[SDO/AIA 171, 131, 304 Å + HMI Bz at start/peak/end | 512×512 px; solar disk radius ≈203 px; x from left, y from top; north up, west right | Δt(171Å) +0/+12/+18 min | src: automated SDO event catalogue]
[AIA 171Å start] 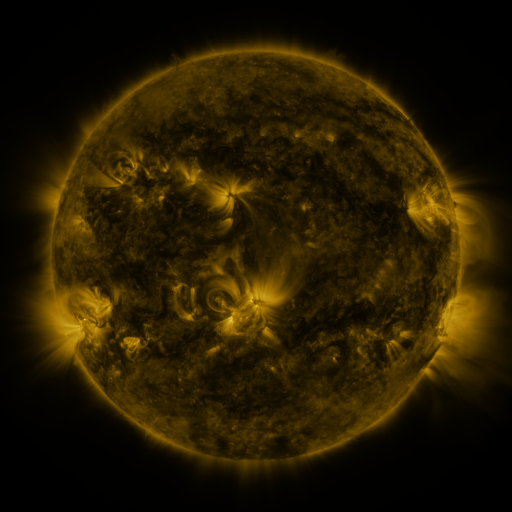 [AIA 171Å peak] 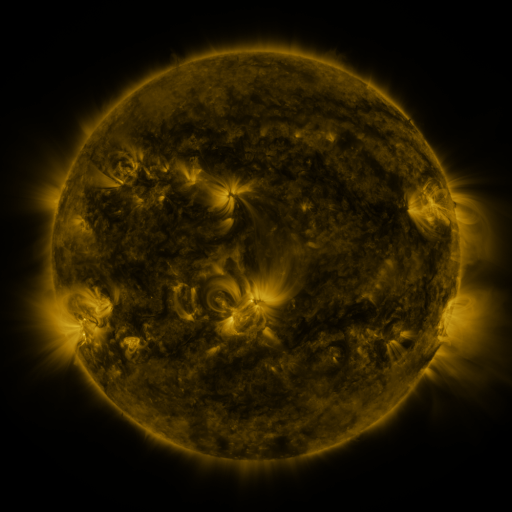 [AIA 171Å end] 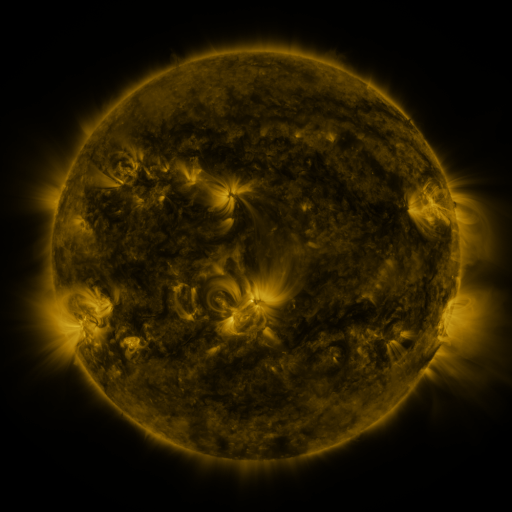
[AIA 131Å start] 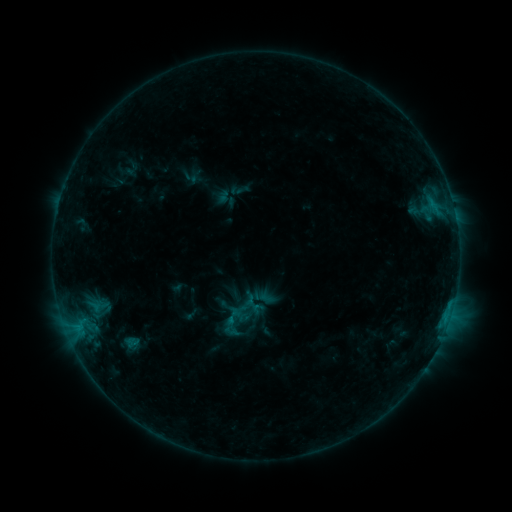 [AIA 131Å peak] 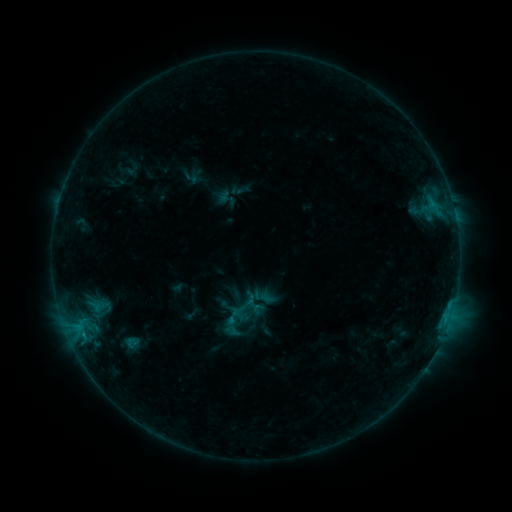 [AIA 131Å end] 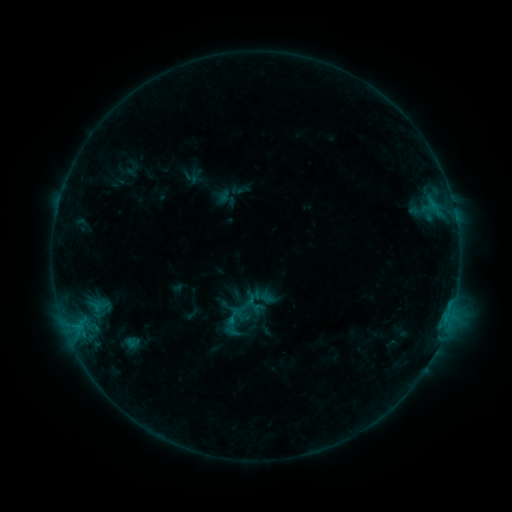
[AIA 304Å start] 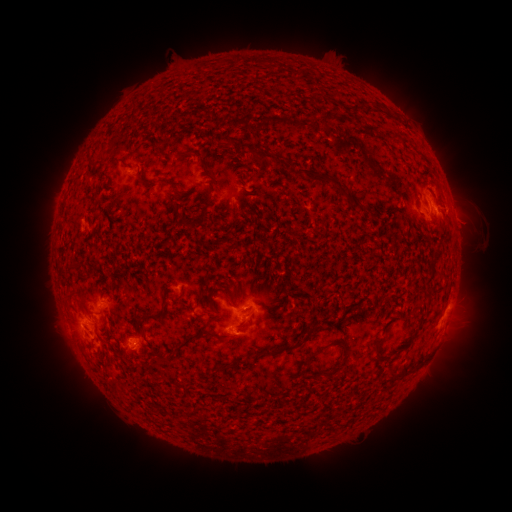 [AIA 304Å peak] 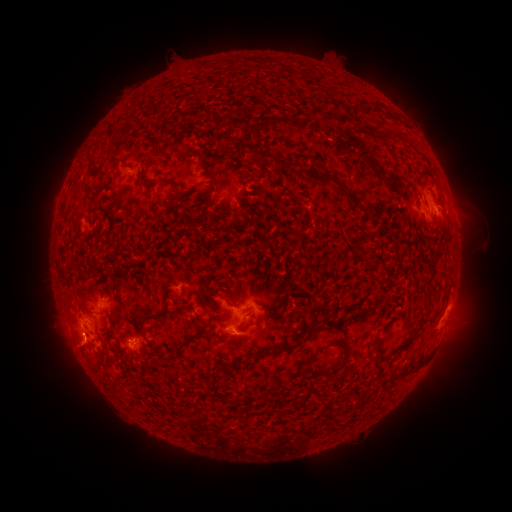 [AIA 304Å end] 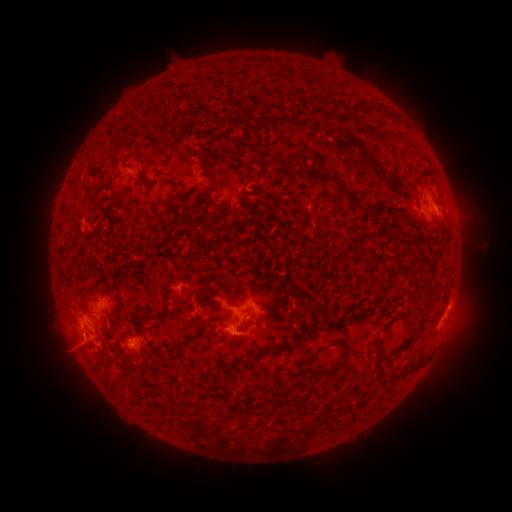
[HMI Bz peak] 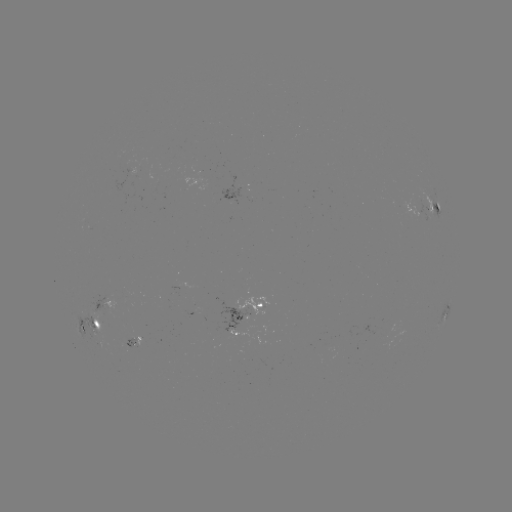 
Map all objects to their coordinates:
eruption: (76, 352)
